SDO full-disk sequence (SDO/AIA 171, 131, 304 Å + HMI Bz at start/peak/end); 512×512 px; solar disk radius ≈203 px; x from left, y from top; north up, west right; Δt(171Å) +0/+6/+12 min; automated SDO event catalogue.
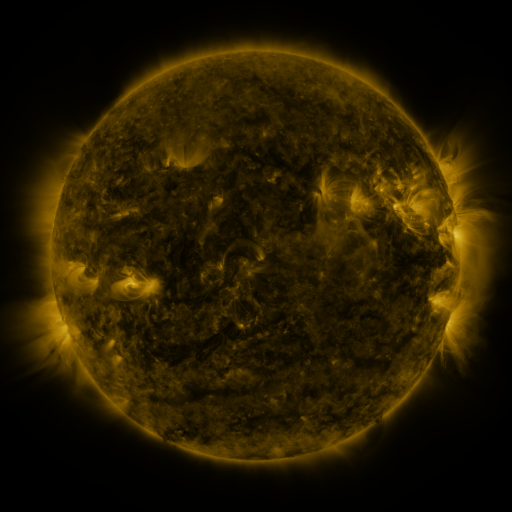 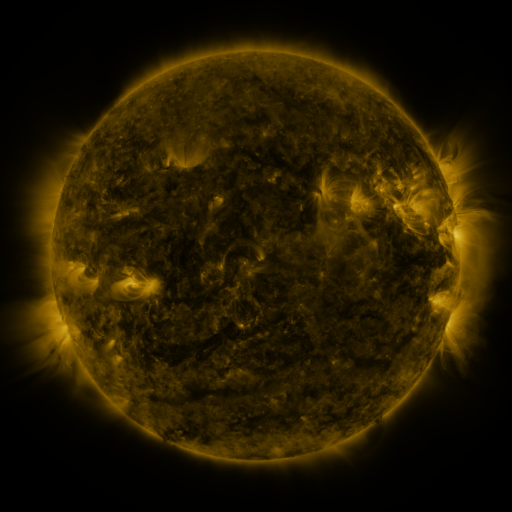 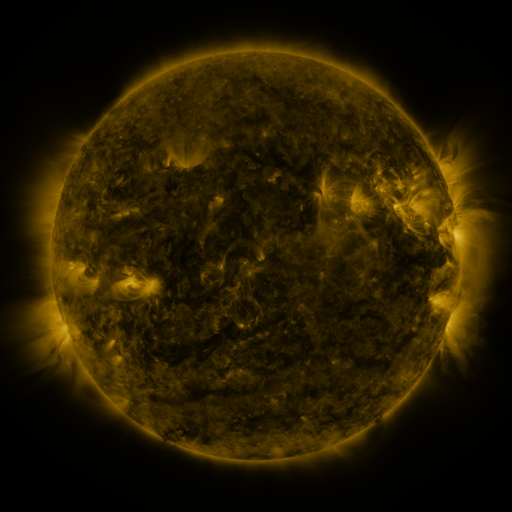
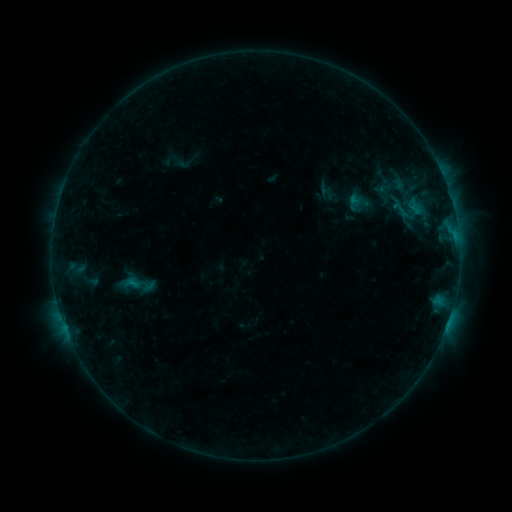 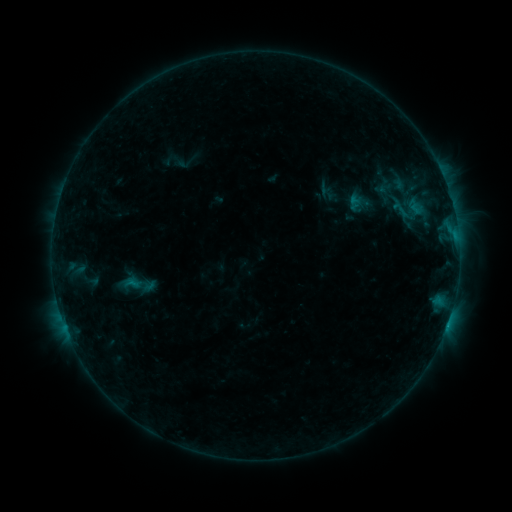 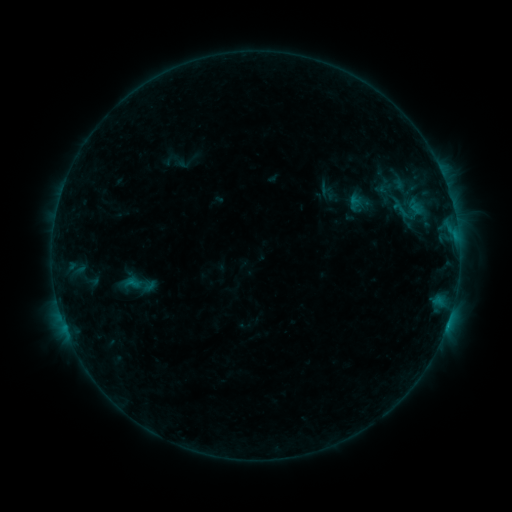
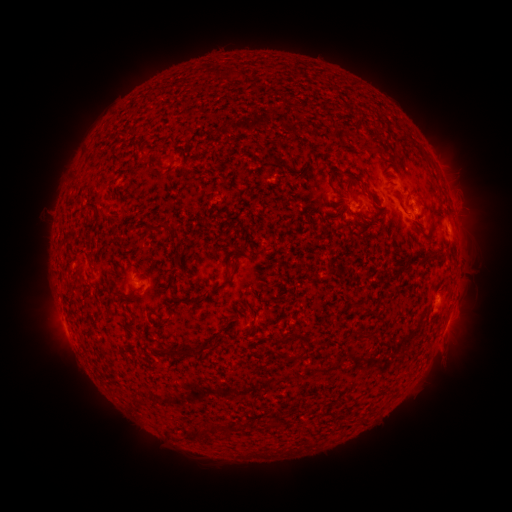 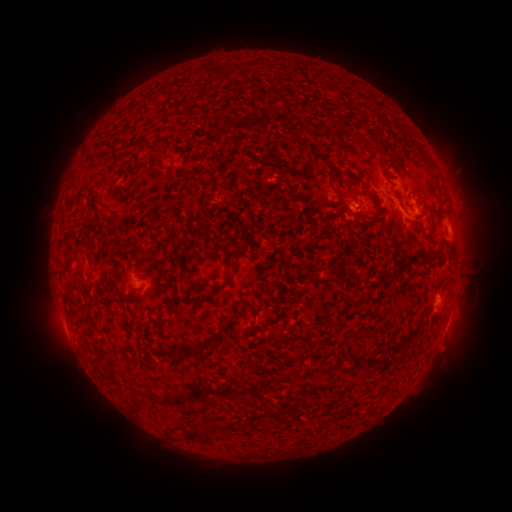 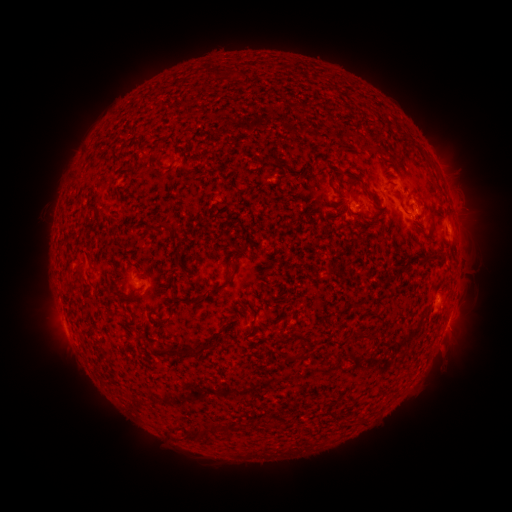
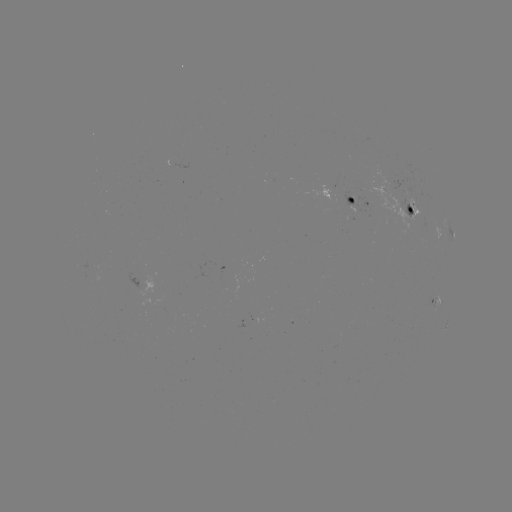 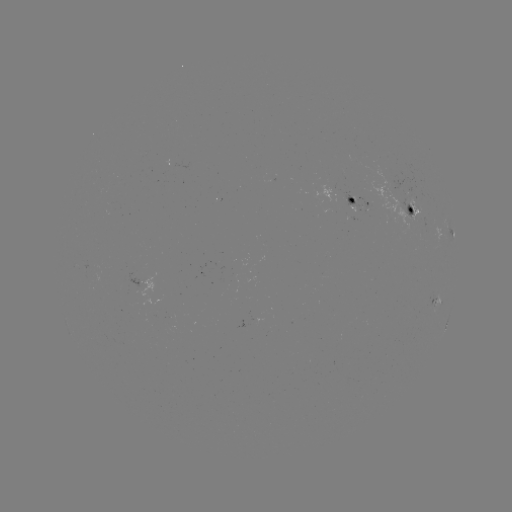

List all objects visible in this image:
B4.9 flare: (446, 323)
